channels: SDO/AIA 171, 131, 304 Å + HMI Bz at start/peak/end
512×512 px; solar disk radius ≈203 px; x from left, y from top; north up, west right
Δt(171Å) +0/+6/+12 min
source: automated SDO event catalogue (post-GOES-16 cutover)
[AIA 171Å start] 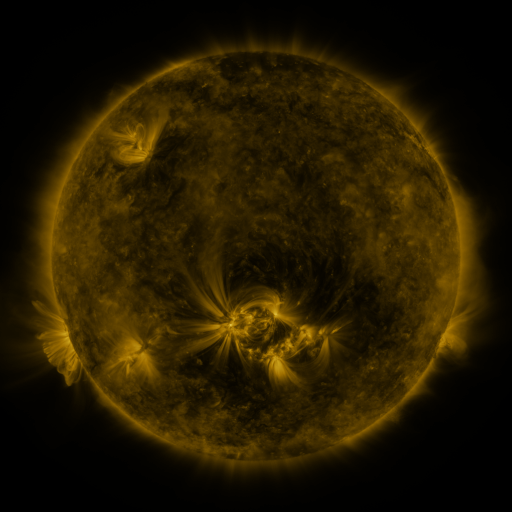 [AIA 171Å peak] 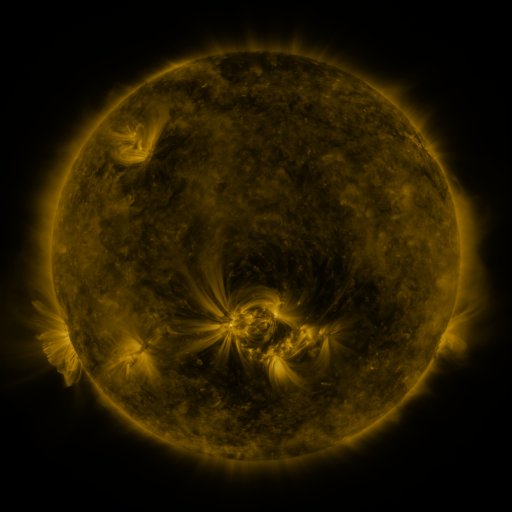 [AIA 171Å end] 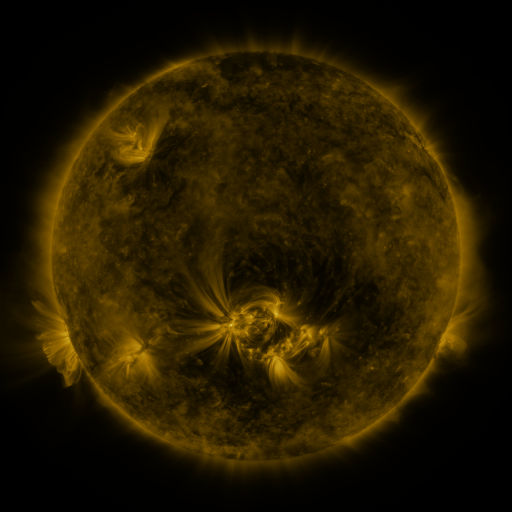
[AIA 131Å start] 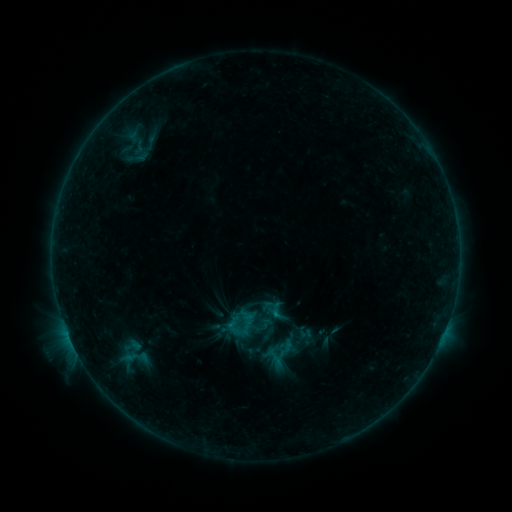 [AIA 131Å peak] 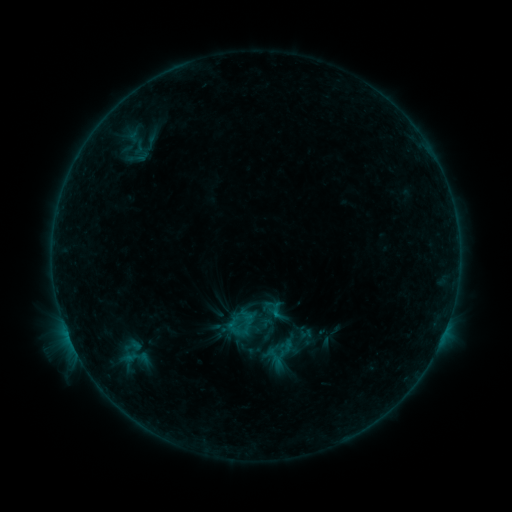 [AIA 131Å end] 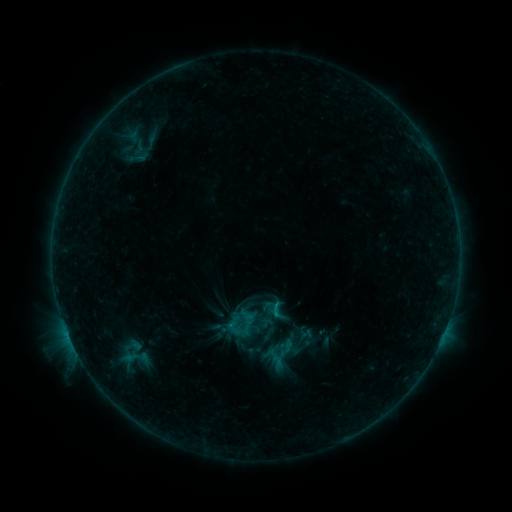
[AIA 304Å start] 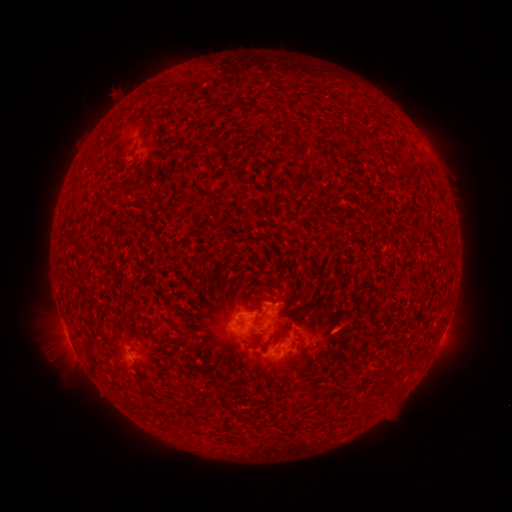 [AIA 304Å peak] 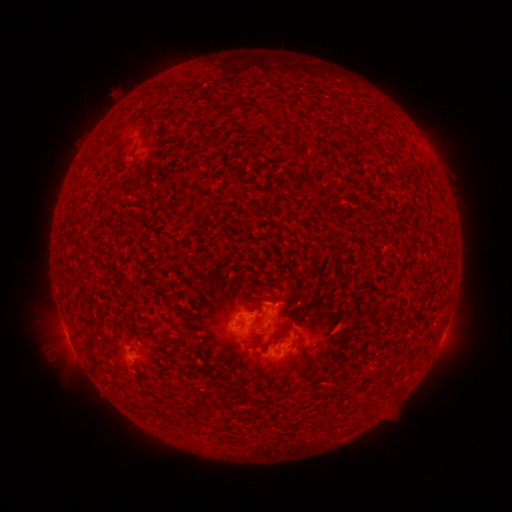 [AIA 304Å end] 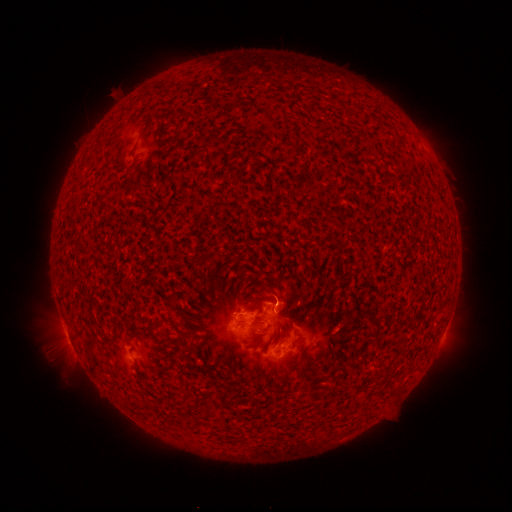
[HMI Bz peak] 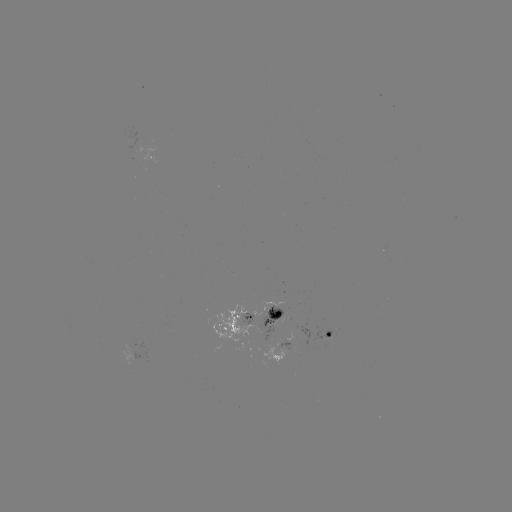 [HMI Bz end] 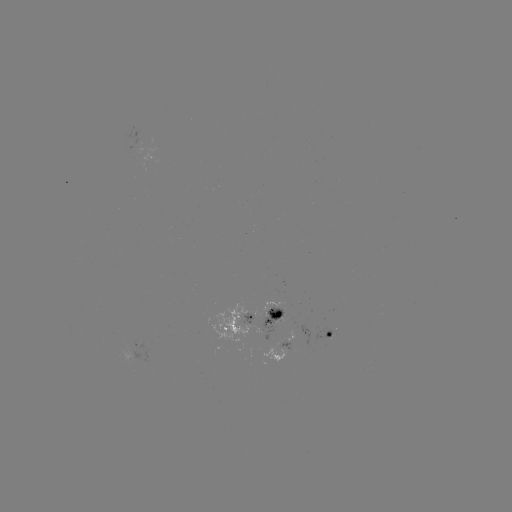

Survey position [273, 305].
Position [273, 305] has B7.9 flare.